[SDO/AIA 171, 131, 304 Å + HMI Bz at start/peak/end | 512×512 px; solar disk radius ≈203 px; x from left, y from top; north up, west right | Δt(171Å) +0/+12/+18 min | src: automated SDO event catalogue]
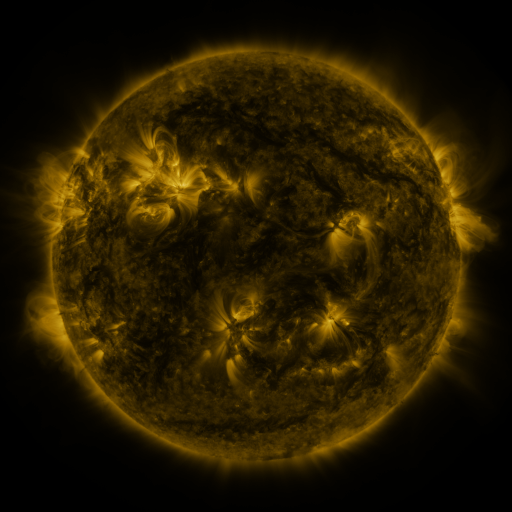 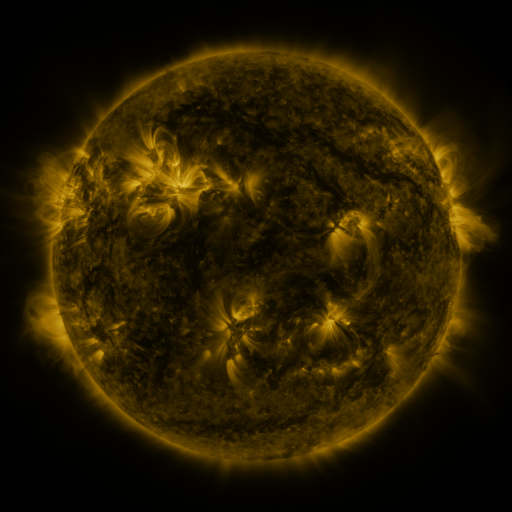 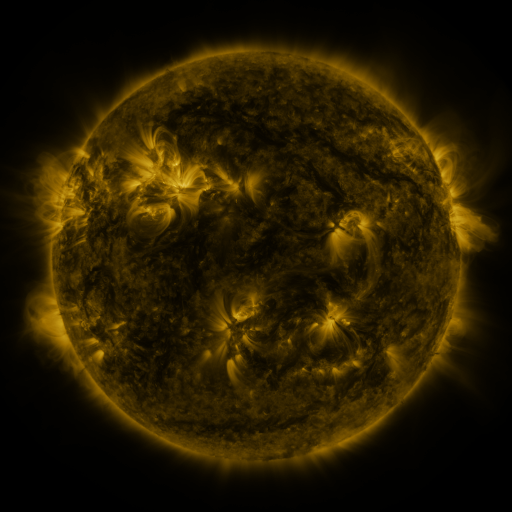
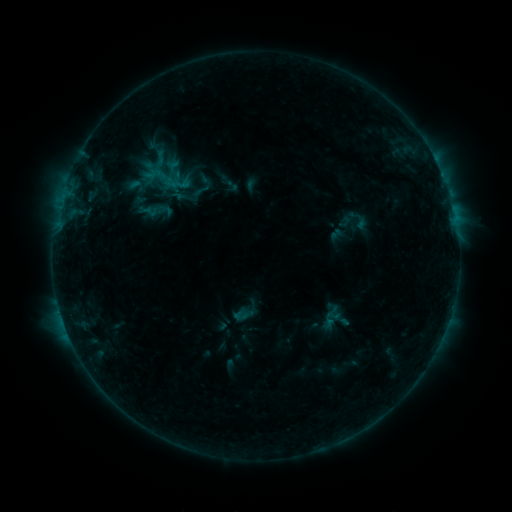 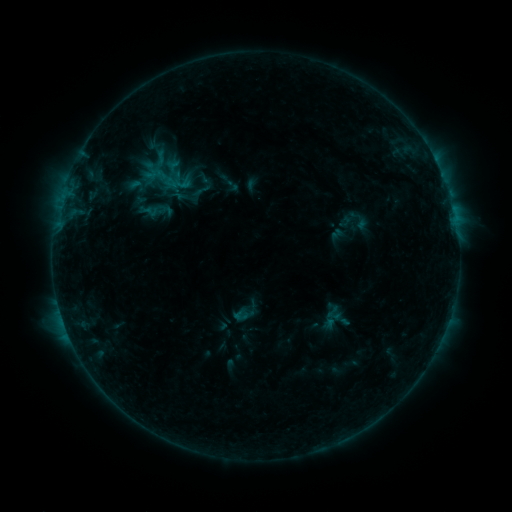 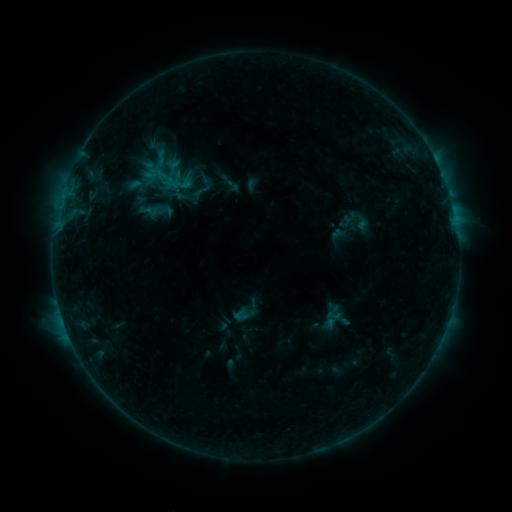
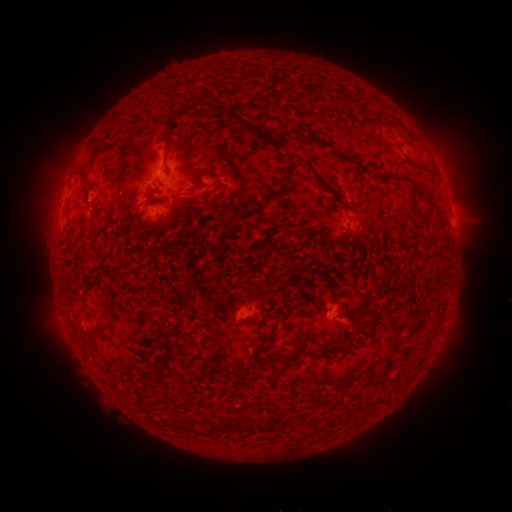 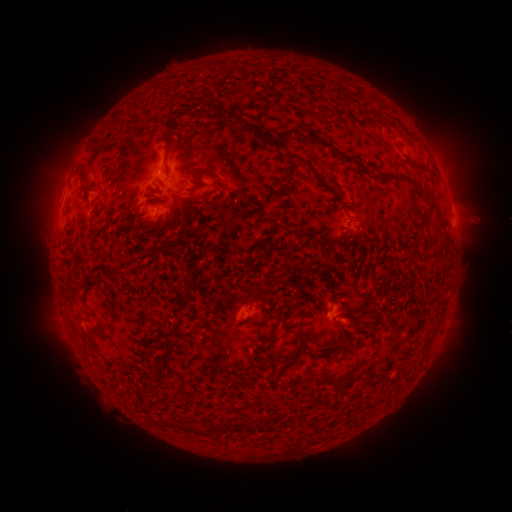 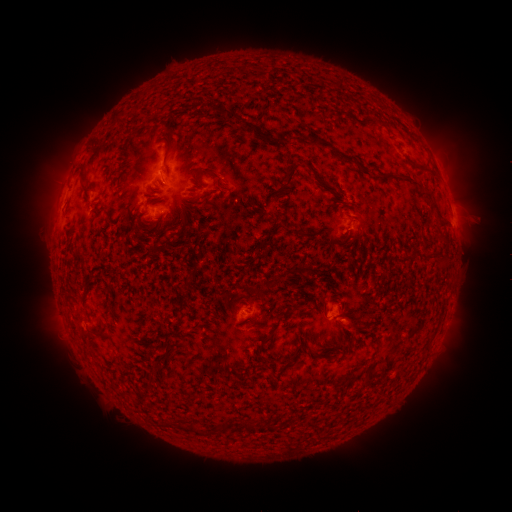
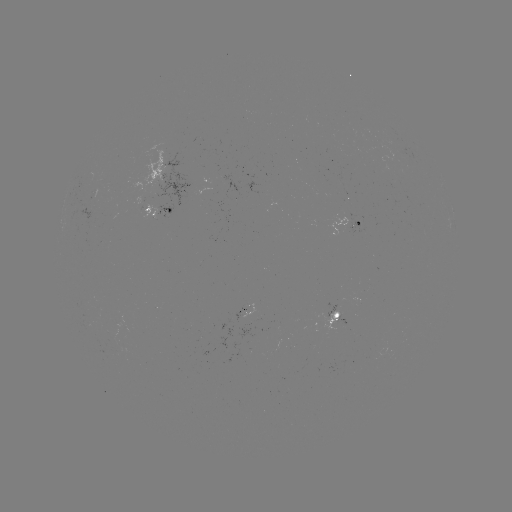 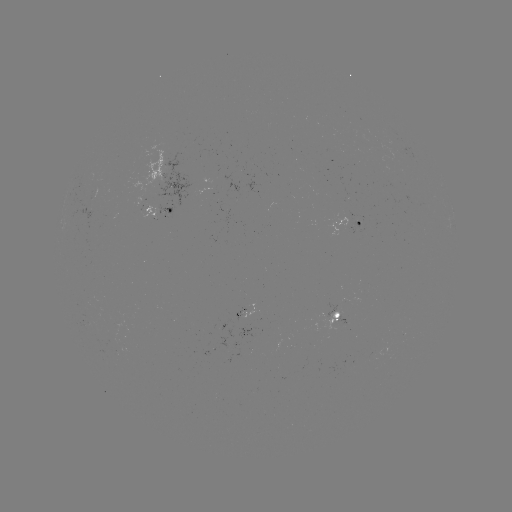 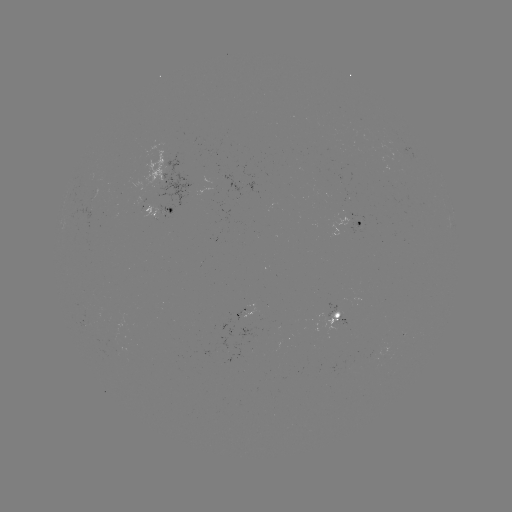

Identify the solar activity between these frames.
no flare in any classed list; no EUV-trigger detection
